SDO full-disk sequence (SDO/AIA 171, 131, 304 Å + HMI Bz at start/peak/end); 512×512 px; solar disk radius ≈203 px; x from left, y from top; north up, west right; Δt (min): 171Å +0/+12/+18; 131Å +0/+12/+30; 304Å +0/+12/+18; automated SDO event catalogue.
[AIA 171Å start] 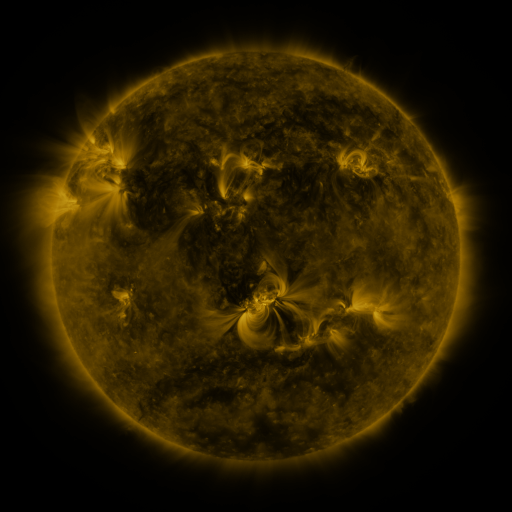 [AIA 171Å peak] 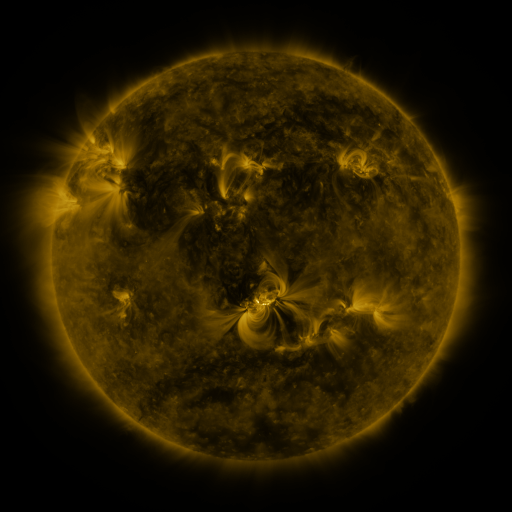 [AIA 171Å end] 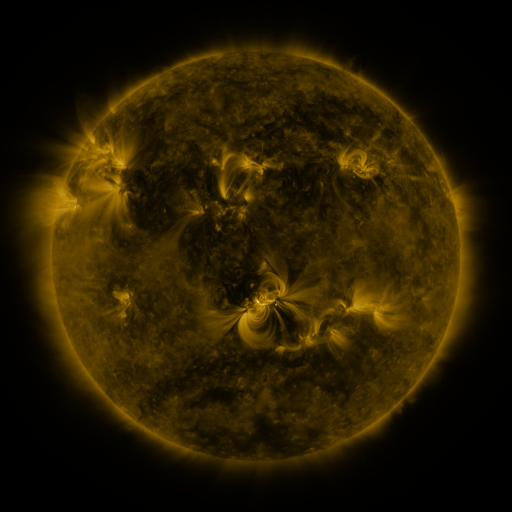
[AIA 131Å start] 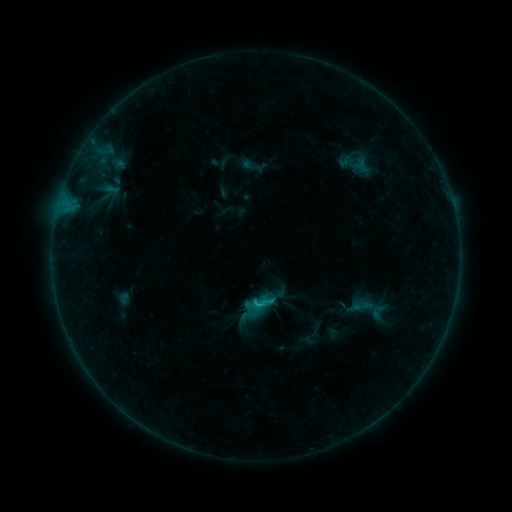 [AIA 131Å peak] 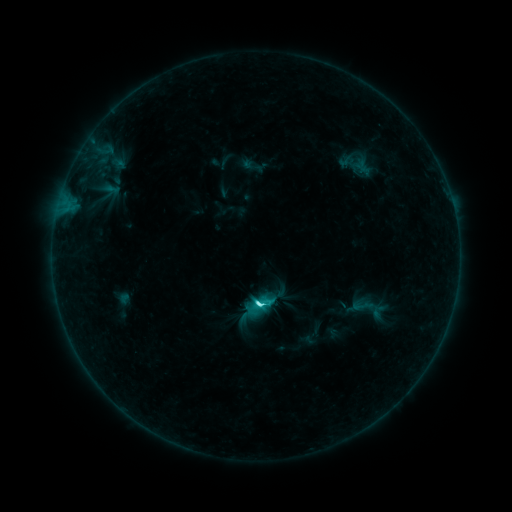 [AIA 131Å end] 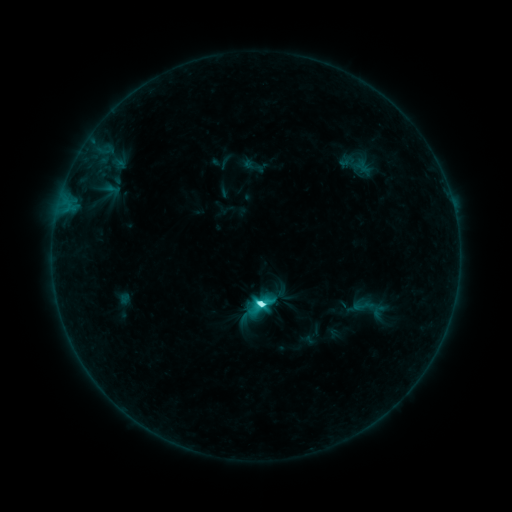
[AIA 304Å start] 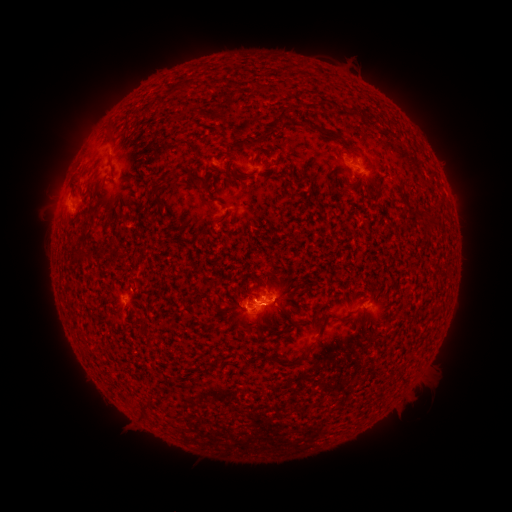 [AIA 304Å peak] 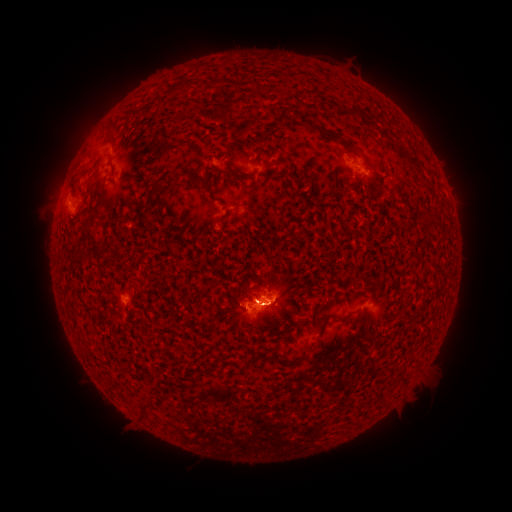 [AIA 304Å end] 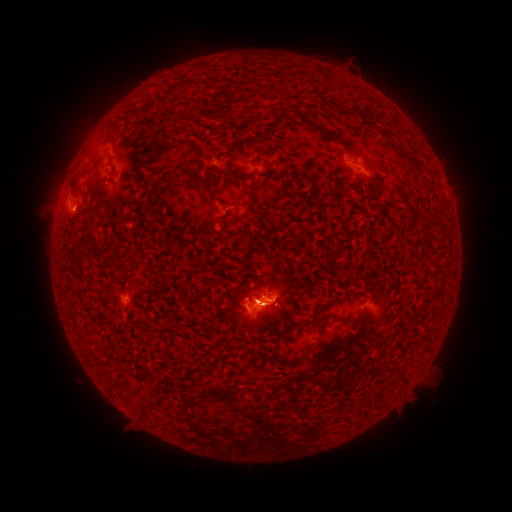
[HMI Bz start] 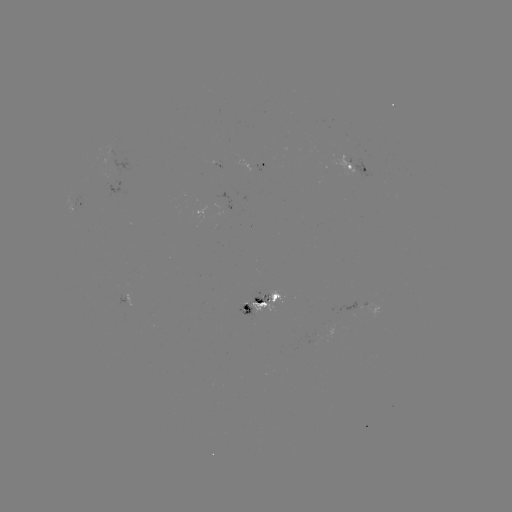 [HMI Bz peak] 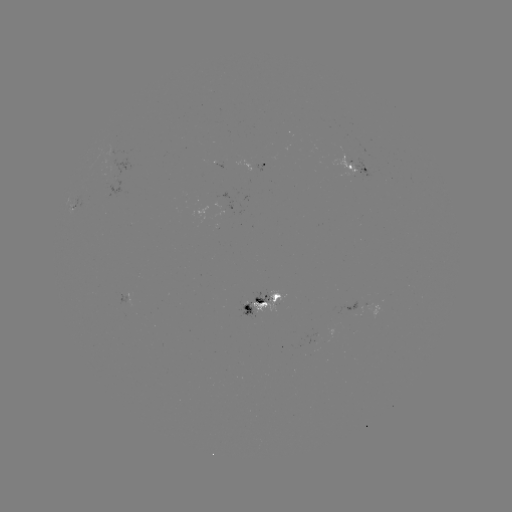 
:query C8.3 flare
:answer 256,302